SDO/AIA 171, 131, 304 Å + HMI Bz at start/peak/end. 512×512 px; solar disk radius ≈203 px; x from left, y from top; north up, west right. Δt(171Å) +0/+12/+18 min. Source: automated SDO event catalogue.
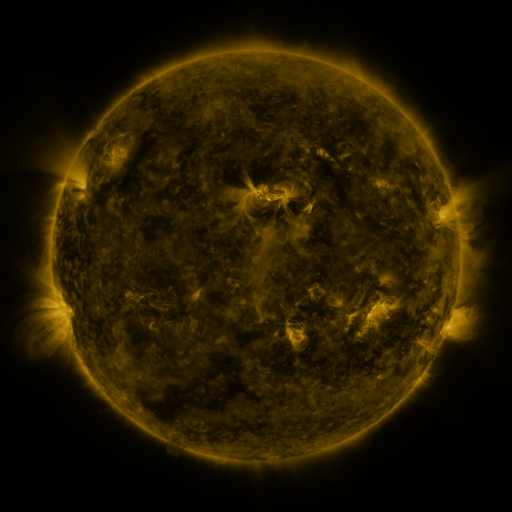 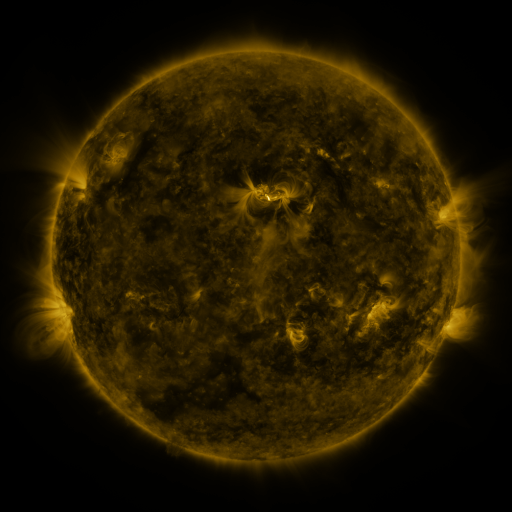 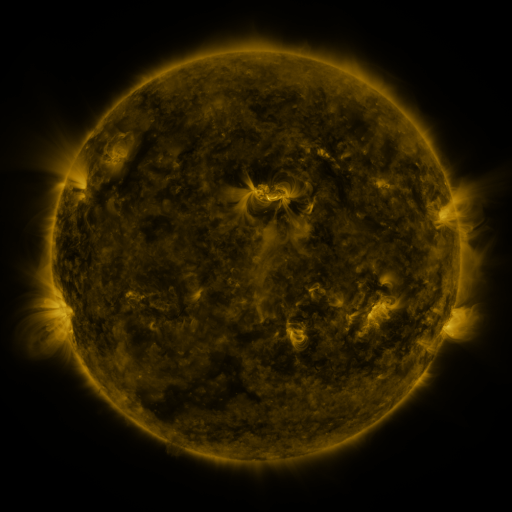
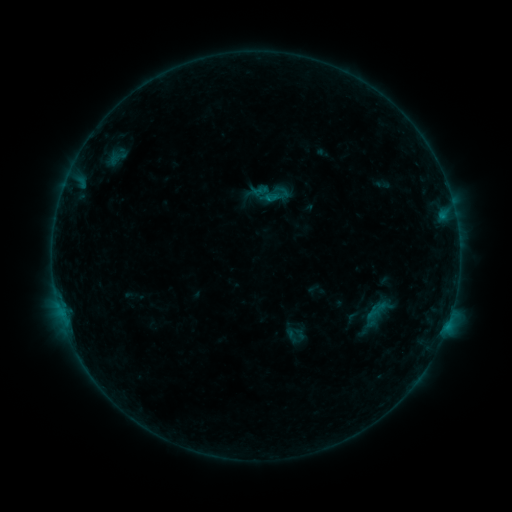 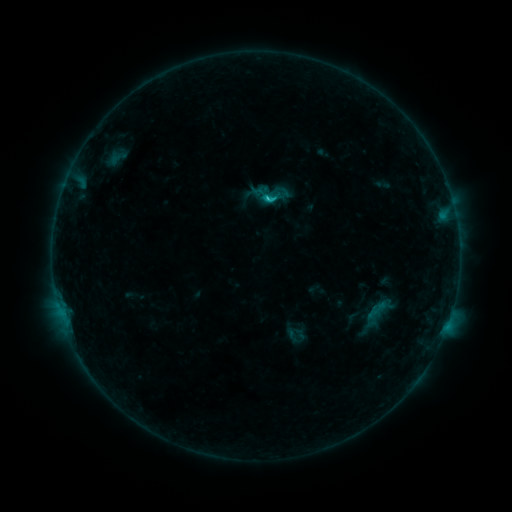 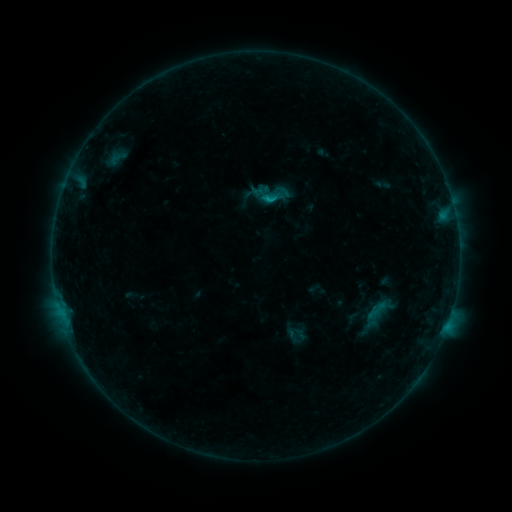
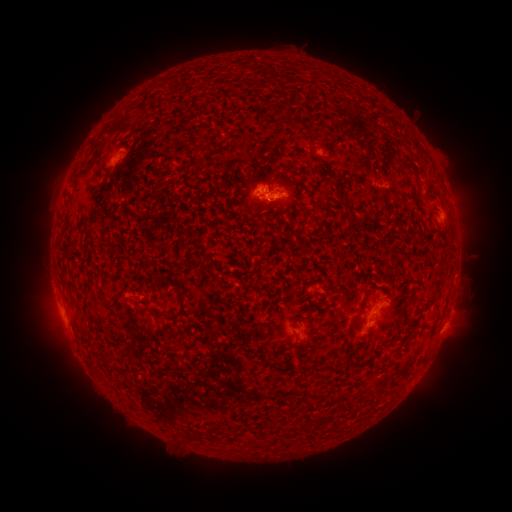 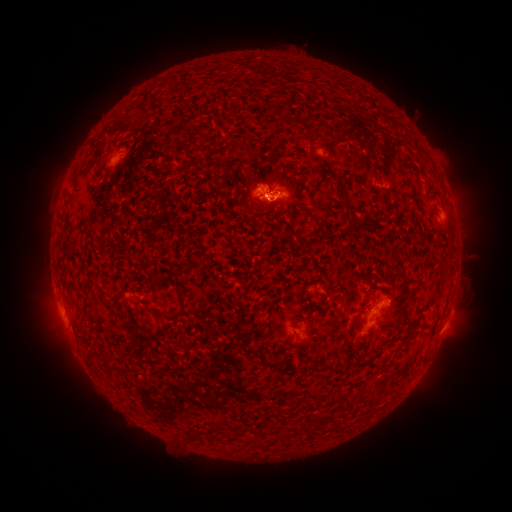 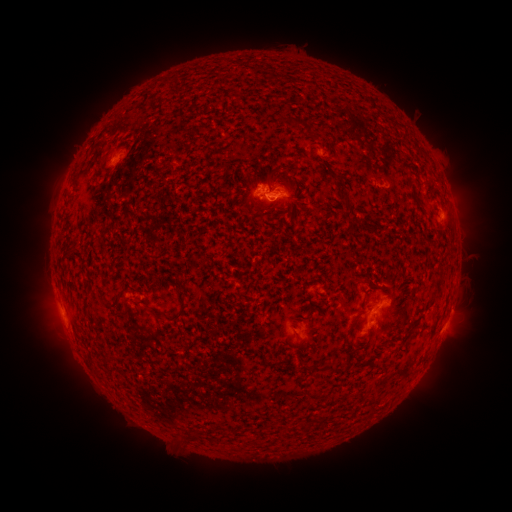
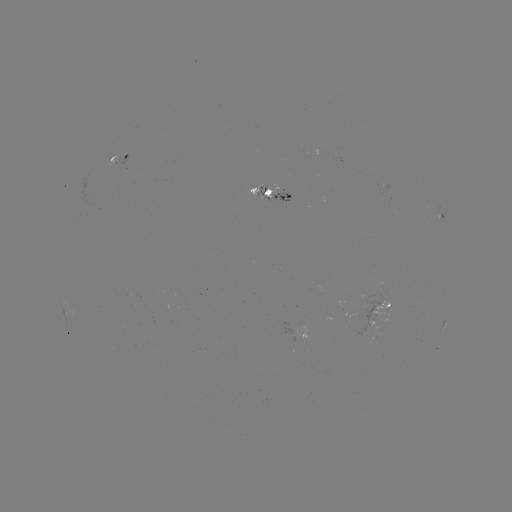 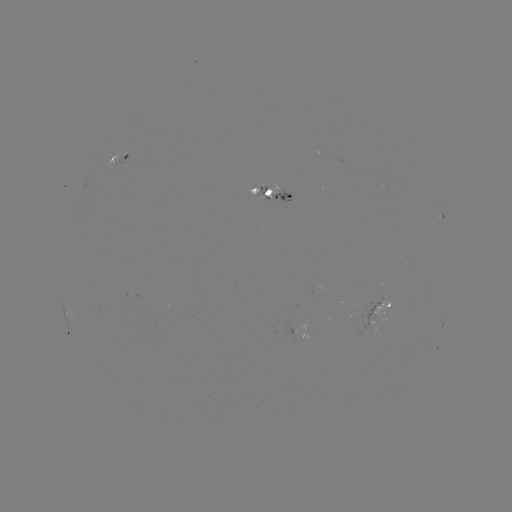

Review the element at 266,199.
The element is C1.0 flare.